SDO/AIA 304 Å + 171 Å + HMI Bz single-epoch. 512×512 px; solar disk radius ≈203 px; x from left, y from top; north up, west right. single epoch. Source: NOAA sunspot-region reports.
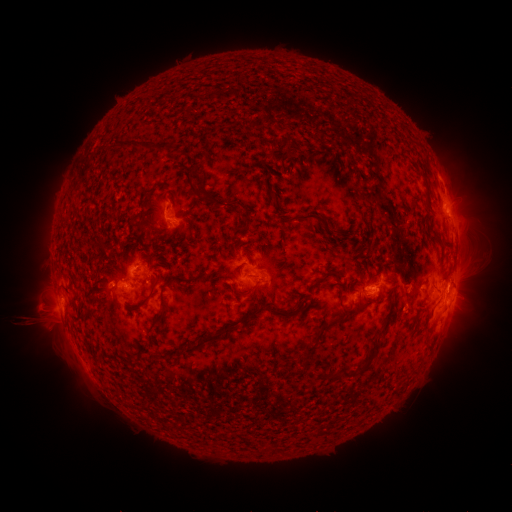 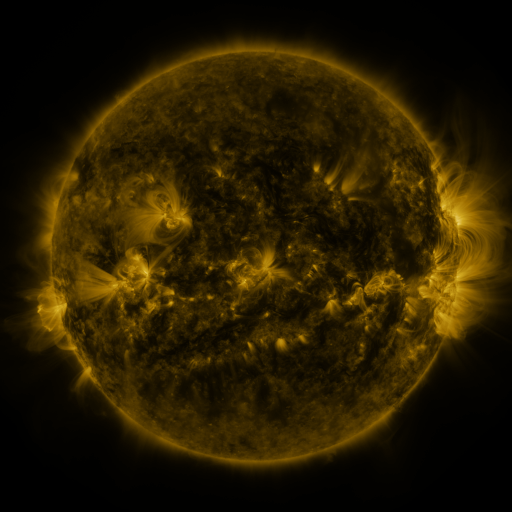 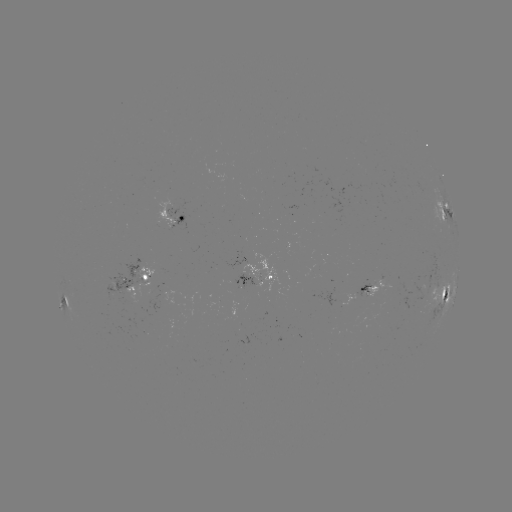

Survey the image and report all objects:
spotted active region: (445, 210)
spotted active region: (173, 217)
spotted active region: (256, 275)
spotted active region: (136, 283)
spotted active region: (374, 290)
spotted active region: (449, 296)
spotted active region: (63, 303)
